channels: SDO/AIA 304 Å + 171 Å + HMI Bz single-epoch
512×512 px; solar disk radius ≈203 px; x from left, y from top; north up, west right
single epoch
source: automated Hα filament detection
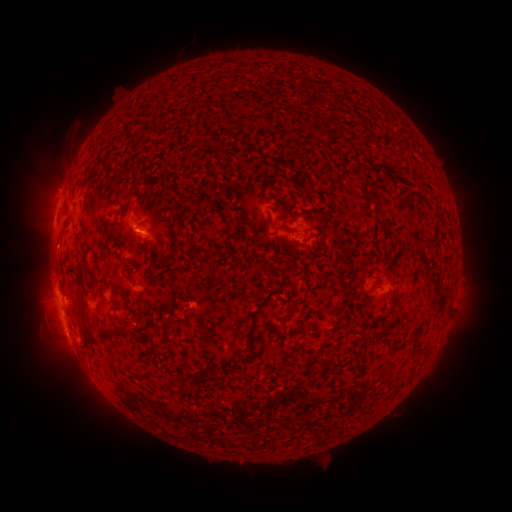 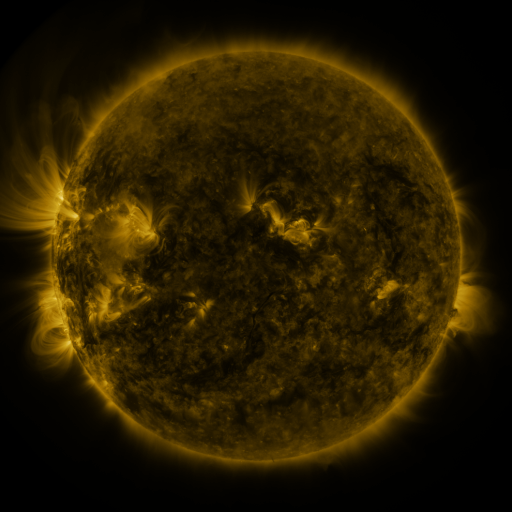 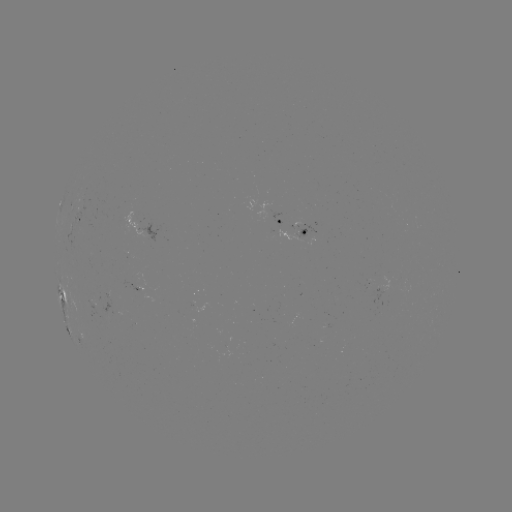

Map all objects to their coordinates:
filament: <bbox>124, 189, 134, 200</bbox>
filament: <bbox>269, 225, 281, 237</bbox>
filament: <bbox>199, 246, 213, 256</bbox>
filament: <bbox>243, 266, 288, 347</bbox>
filament: <bbox>75, 288, 92, 349</bbox>
filament: <bbox>287, 299, 300, 310</bbox>
filament: <bbox>116, 323, 125, 334</bbox>
